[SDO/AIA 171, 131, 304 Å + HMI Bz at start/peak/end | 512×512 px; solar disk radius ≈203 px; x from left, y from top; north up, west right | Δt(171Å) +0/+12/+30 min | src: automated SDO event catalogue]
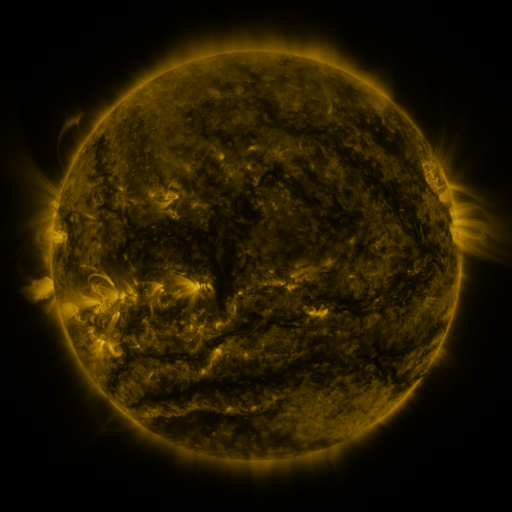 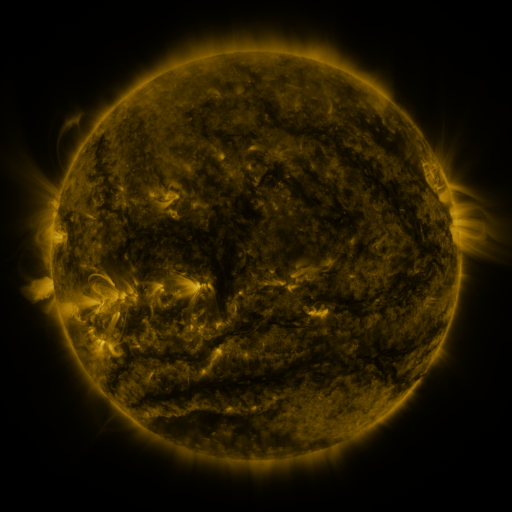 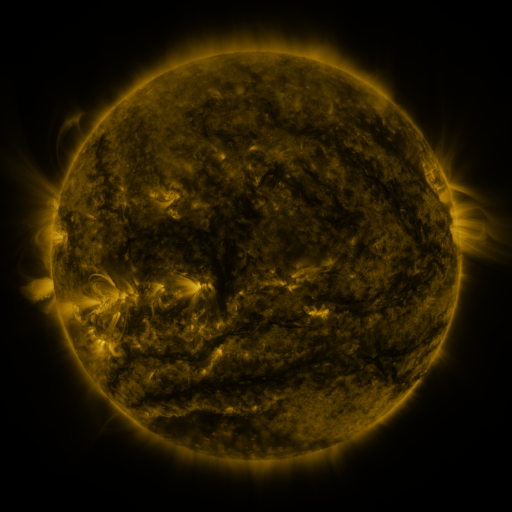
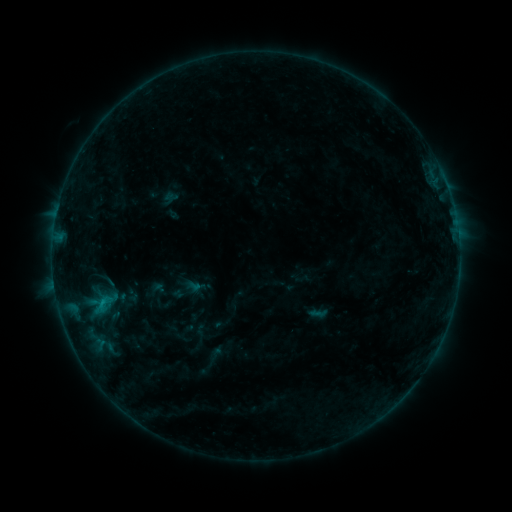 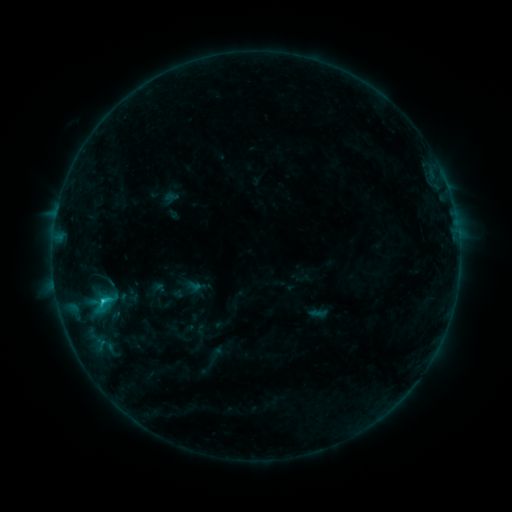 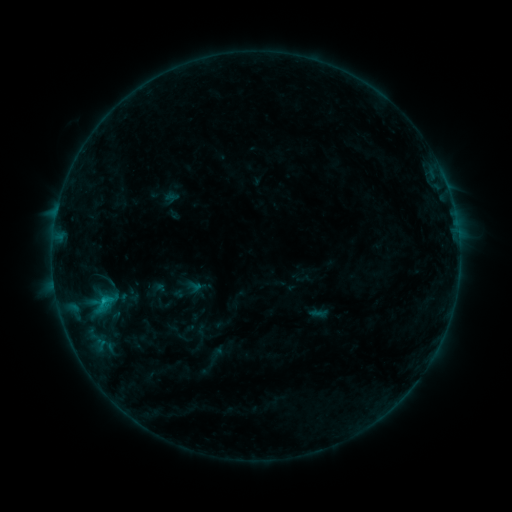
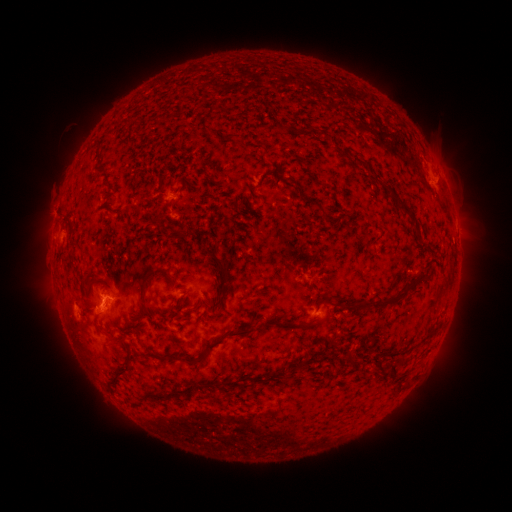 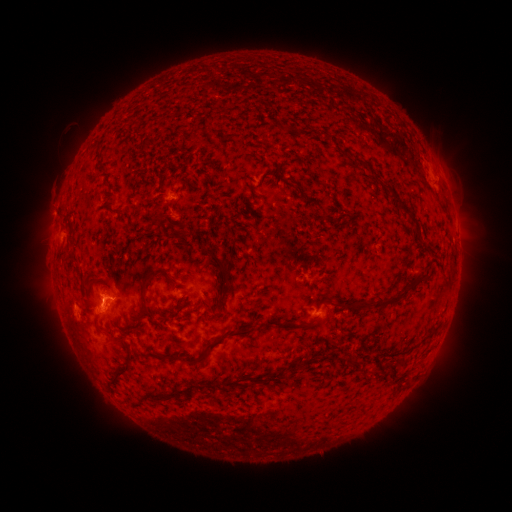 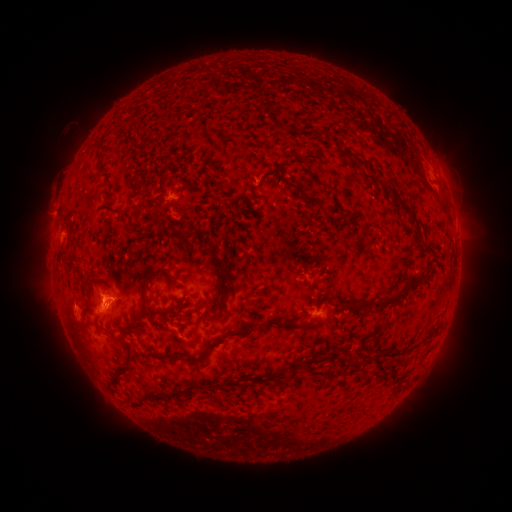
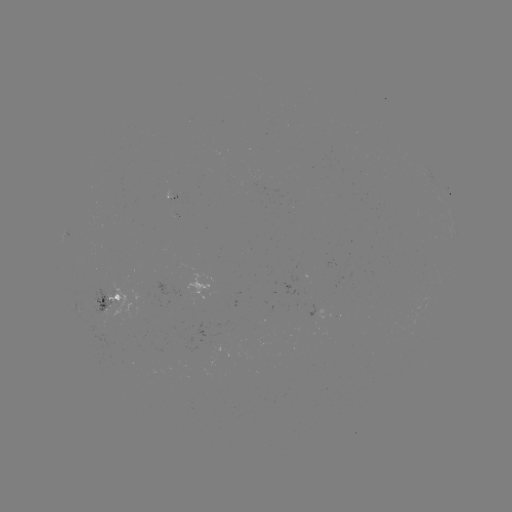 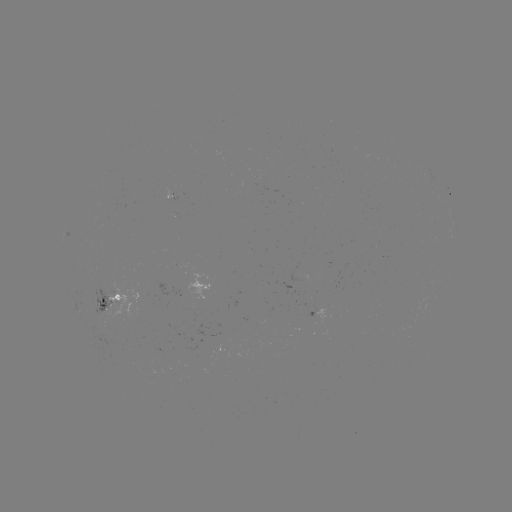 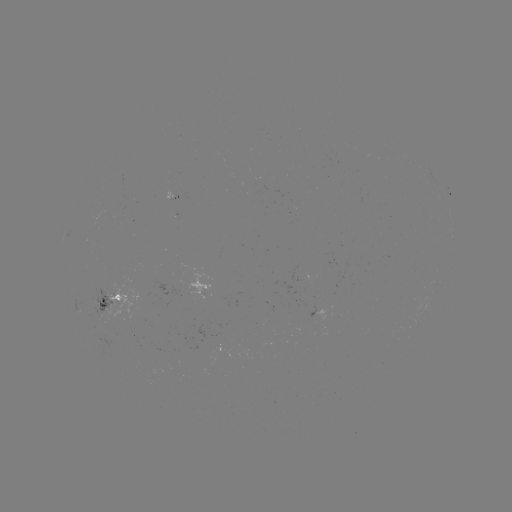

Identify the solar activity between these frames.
B9.8 flare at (103, 299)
